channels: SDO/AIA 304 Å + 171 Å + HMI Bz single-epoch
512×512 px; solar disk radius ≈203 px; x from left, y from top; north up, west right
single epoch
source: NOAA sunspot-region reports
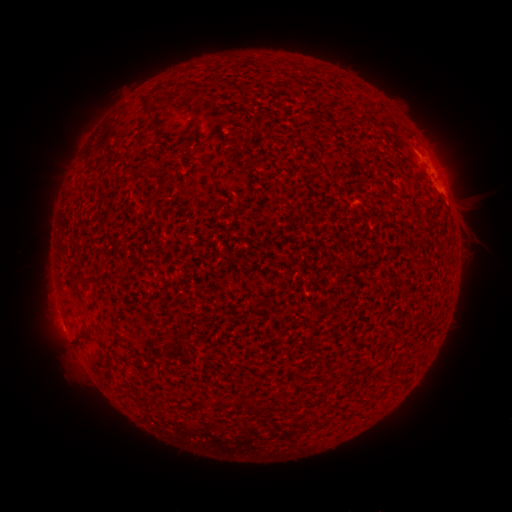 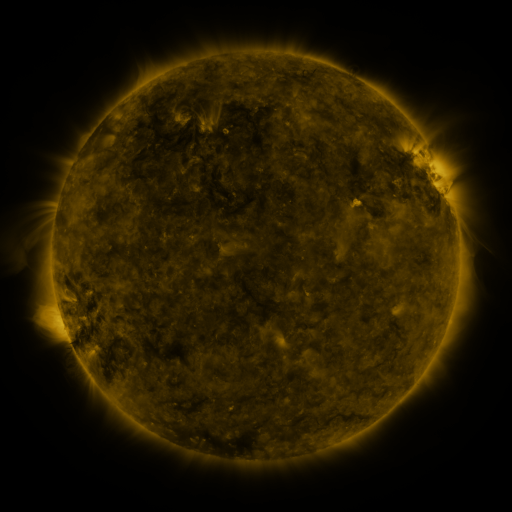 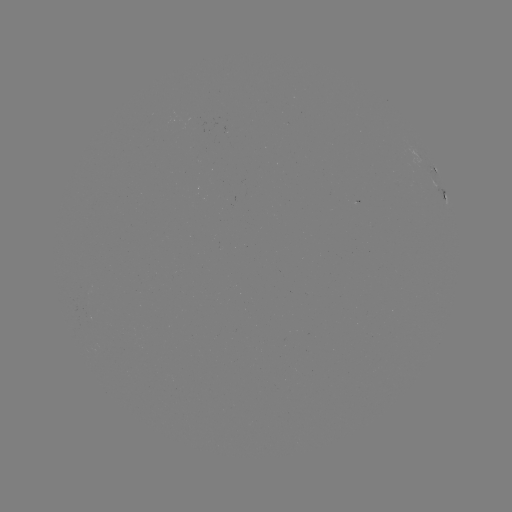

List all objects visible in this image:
spotted active region: (437, 169)
spotted active region: (445, 192)
